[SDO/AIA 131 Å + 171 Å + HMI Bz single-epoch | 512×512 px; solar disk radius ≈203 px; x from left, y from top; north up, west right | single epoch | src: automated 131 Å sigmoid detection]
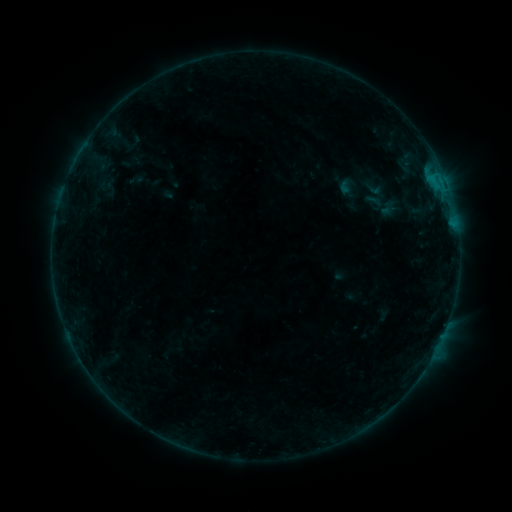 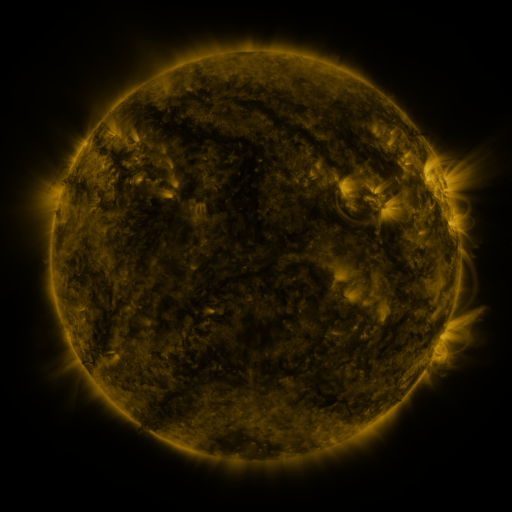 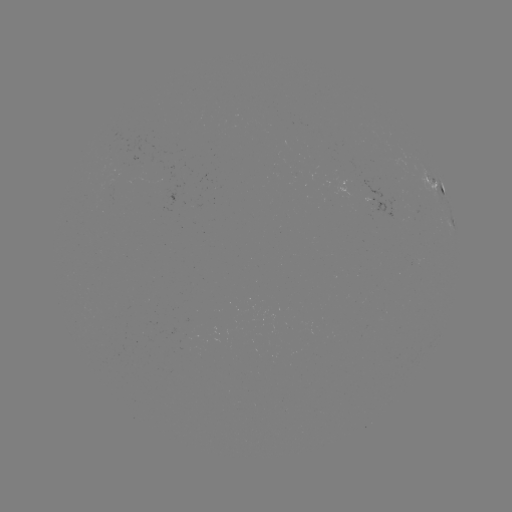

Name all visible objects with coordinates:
sigmoid: [361, 179, 385, 200]
sigmoid: [364, 190, 386, 212]
